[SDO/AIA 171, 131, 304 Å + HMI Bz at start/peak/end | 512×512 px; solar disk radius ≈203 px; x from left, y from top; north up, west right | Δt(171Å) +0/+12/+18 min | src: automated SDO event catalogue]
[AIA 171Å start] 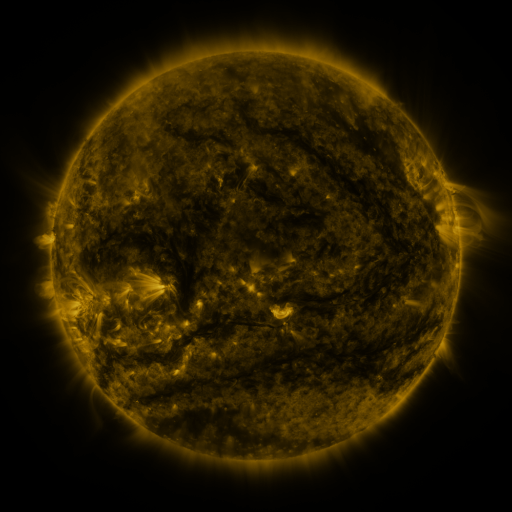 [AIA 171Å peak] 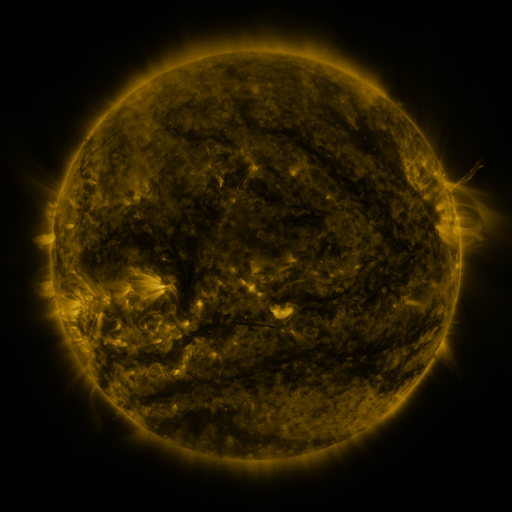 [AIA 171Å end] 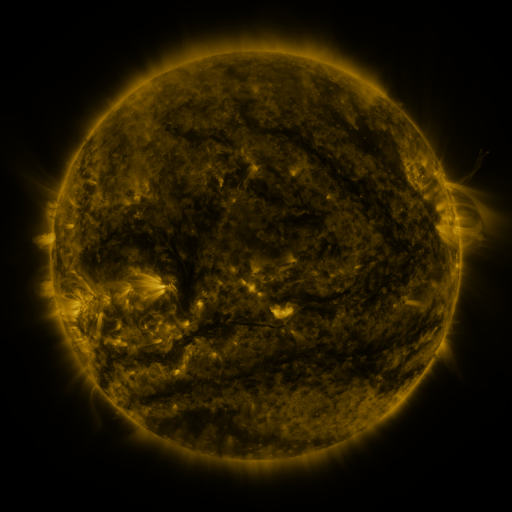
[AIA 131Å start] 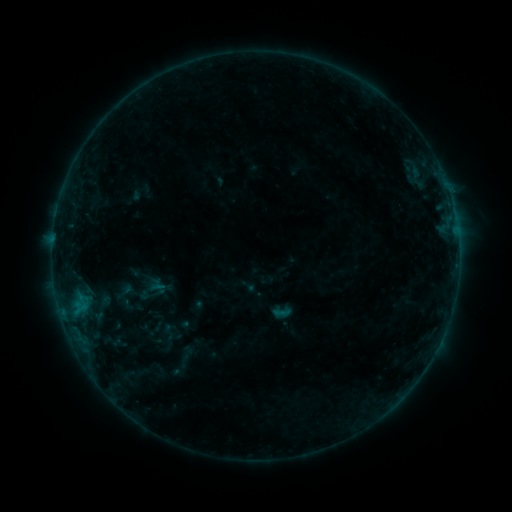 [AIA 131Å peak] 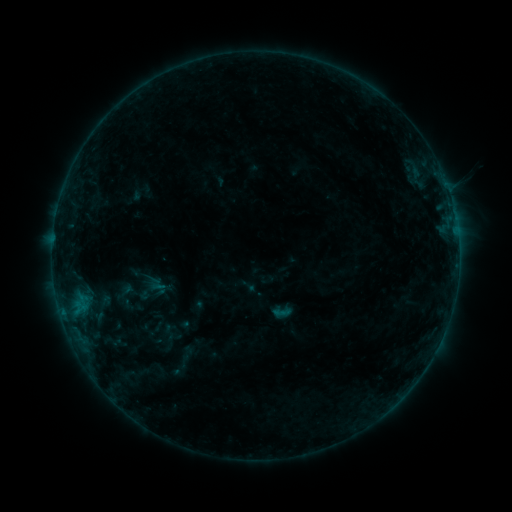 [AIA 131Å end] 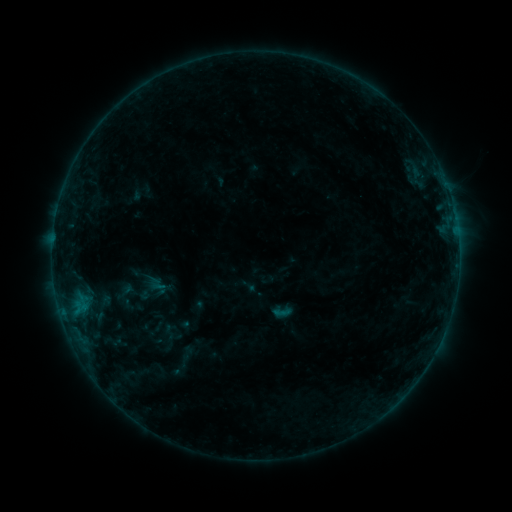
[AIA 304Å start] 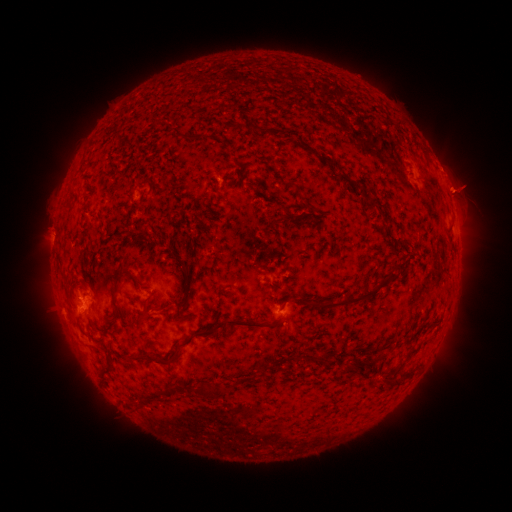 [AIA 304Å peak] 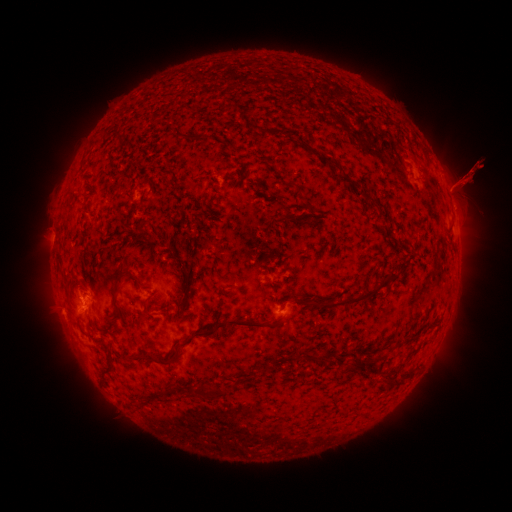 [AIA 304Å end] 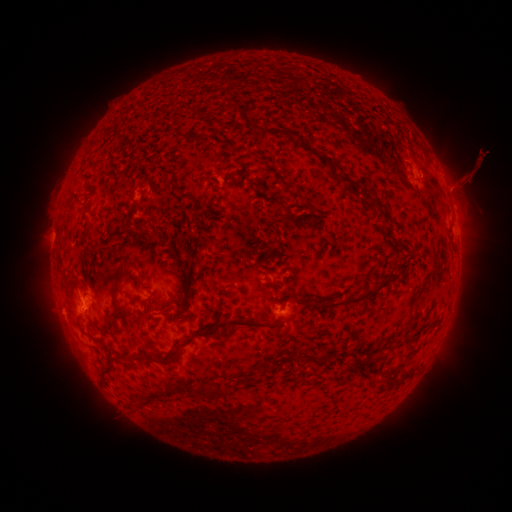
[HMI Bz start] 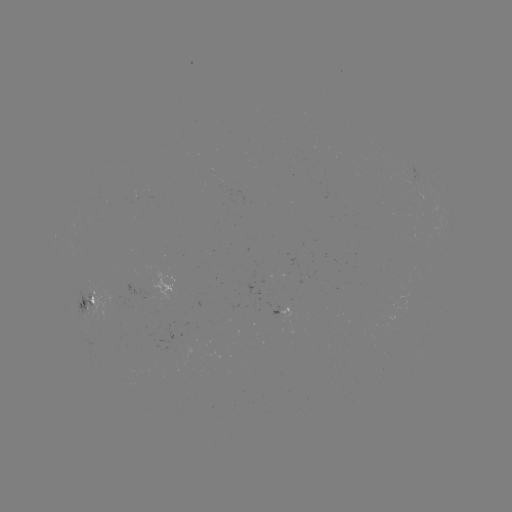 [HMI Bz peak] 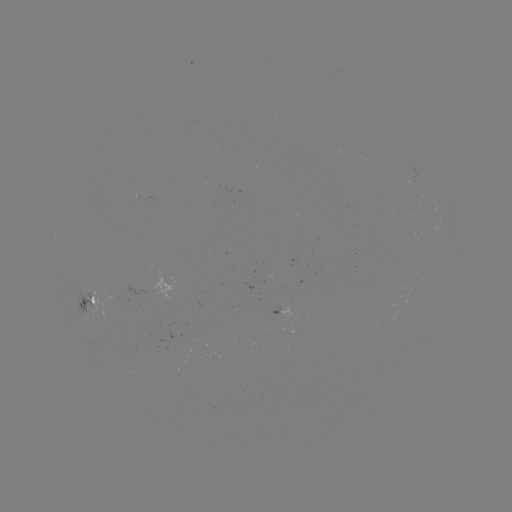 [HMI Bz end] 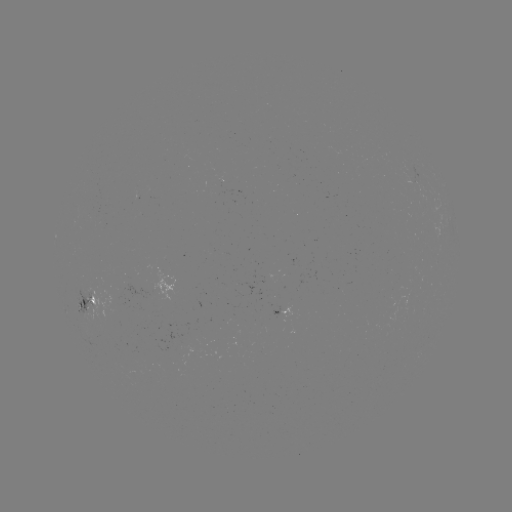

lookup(eruption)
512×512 (470, 177)